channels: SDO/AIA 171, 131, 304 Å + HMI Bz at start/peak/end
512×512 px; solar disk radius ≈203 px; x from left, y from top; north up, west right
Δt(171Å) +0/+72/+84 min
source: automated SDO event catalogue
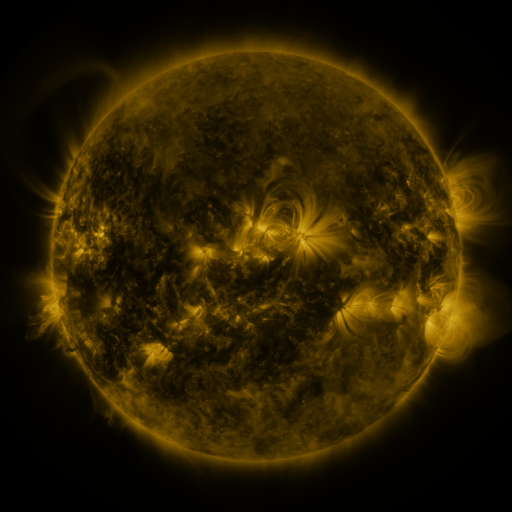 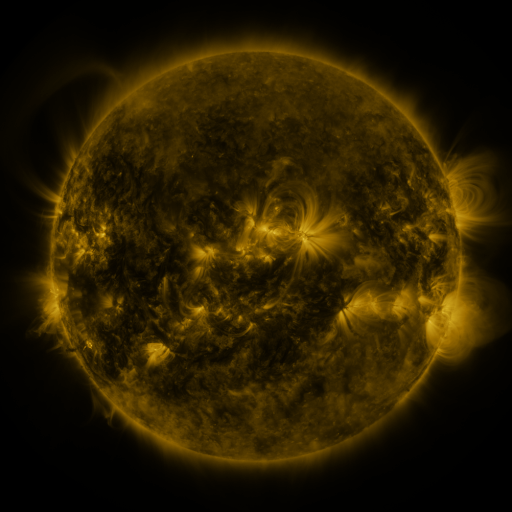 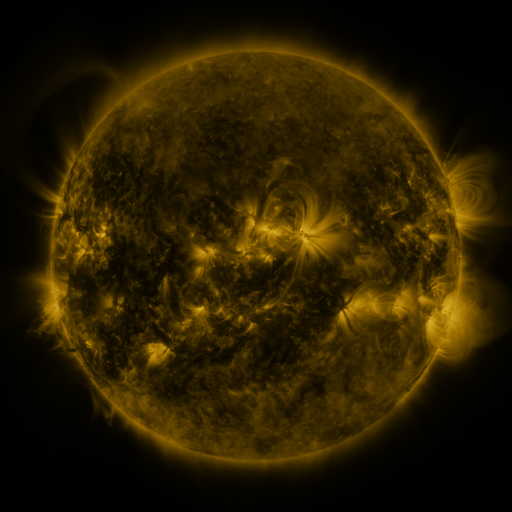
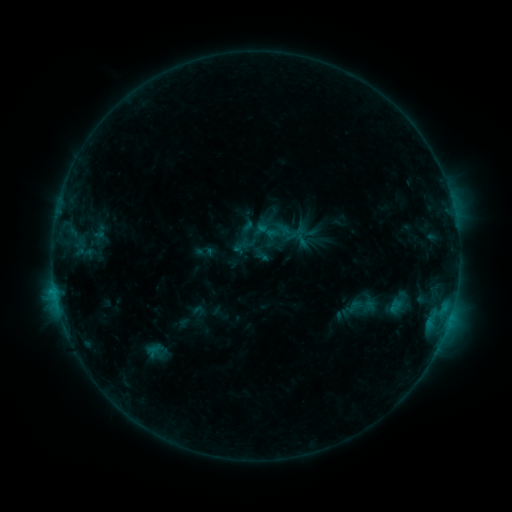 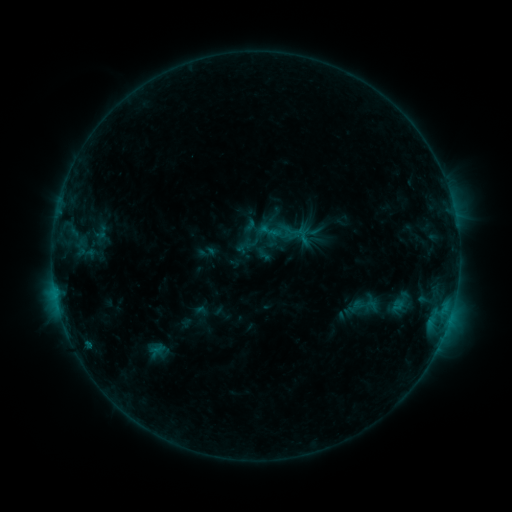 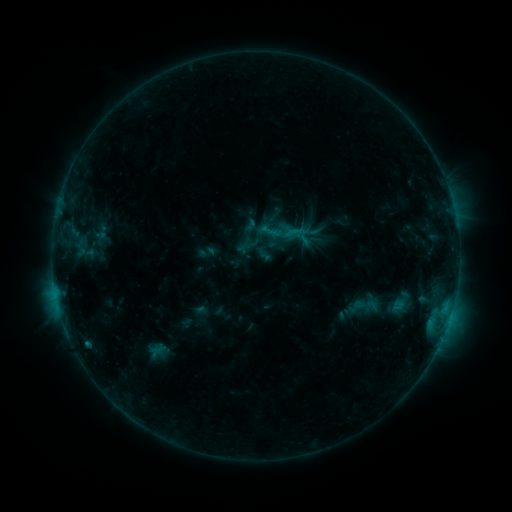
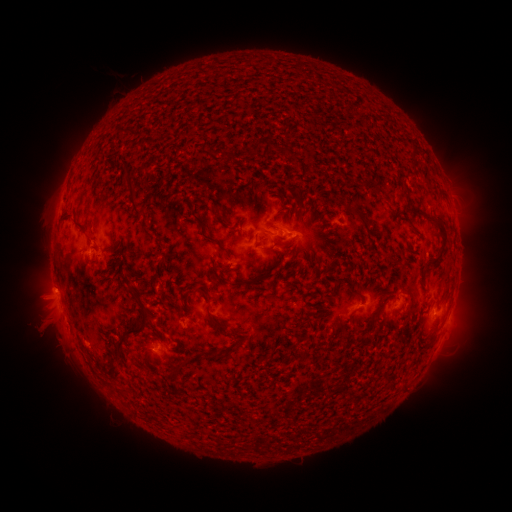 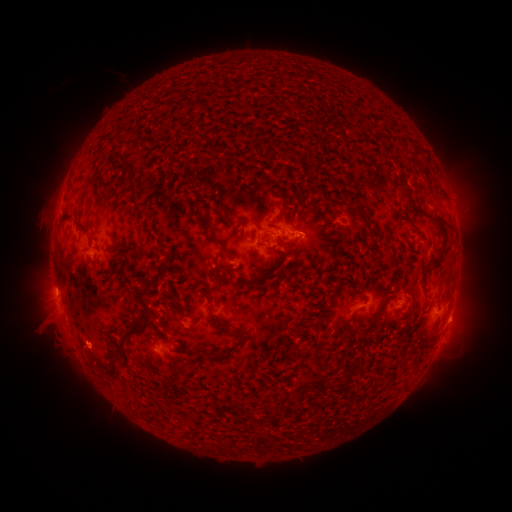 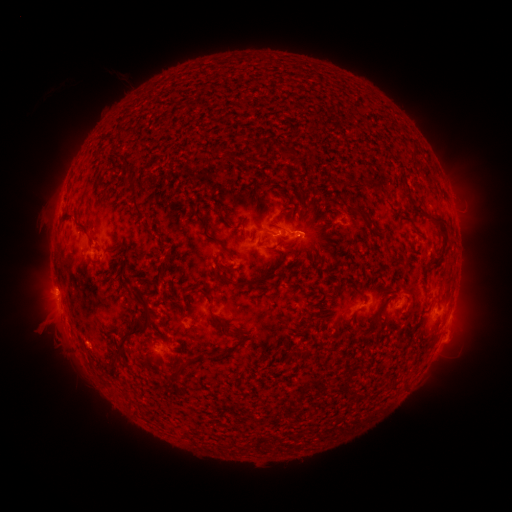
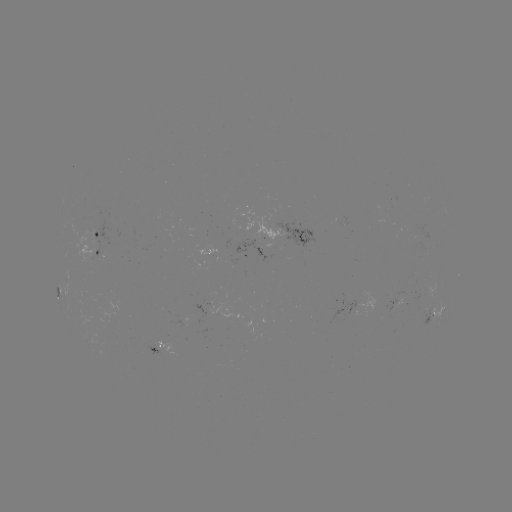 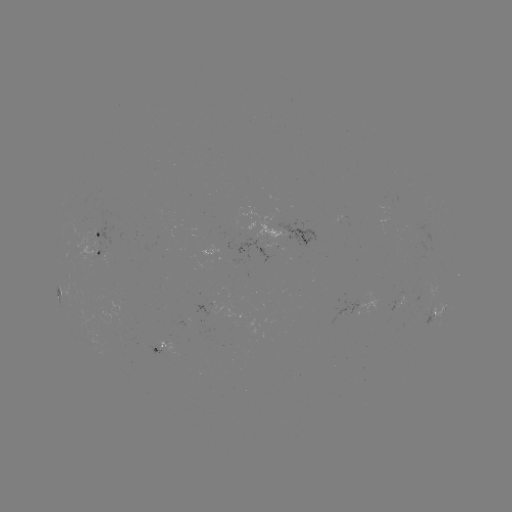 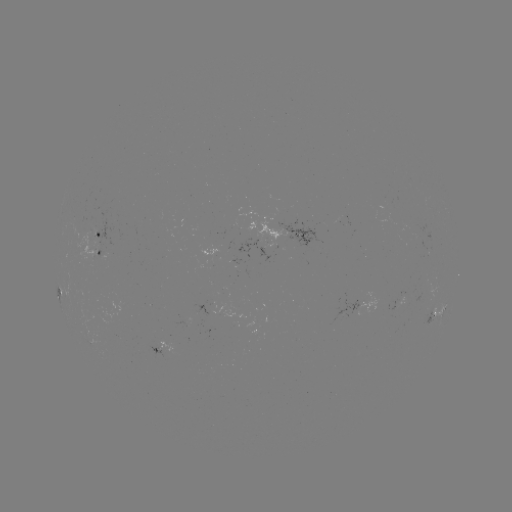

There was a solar emerging-flux region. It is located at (268, 244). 